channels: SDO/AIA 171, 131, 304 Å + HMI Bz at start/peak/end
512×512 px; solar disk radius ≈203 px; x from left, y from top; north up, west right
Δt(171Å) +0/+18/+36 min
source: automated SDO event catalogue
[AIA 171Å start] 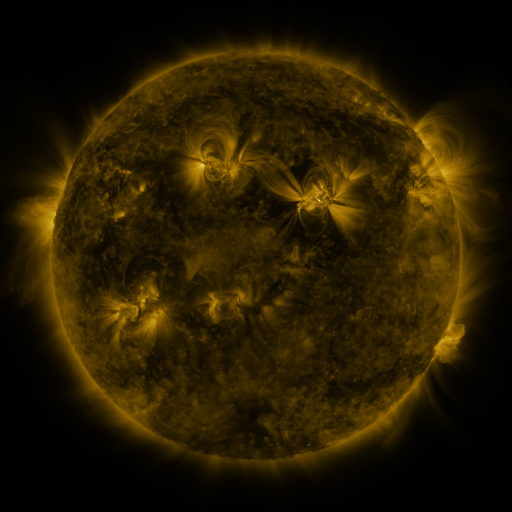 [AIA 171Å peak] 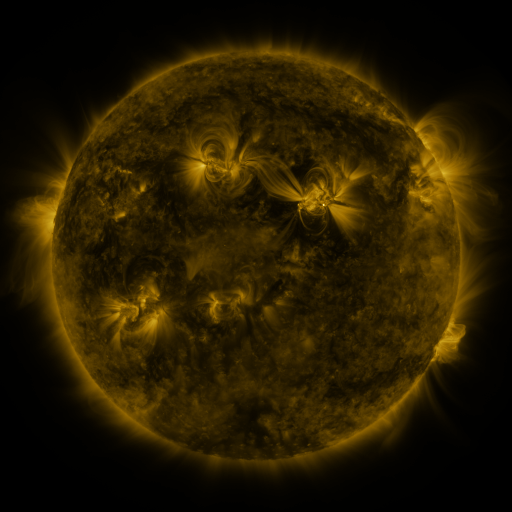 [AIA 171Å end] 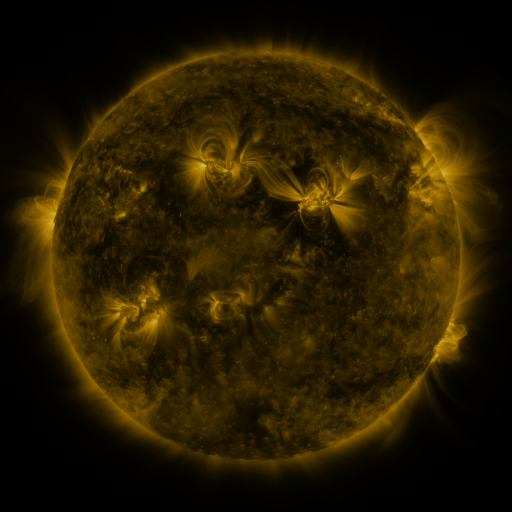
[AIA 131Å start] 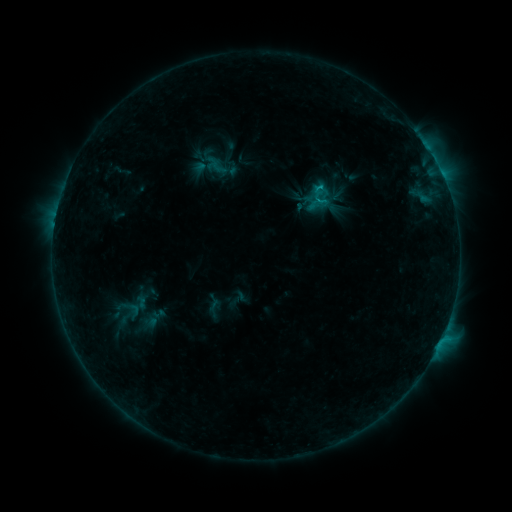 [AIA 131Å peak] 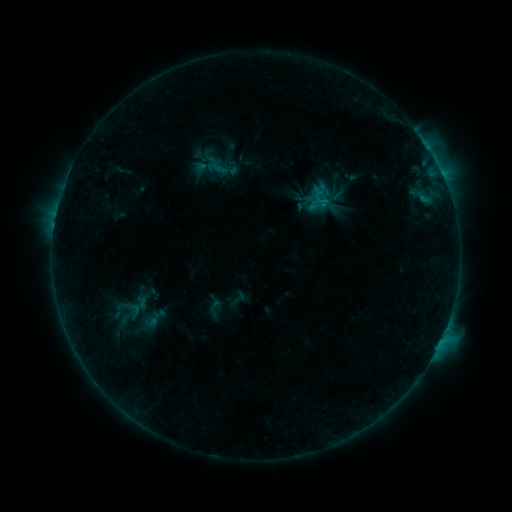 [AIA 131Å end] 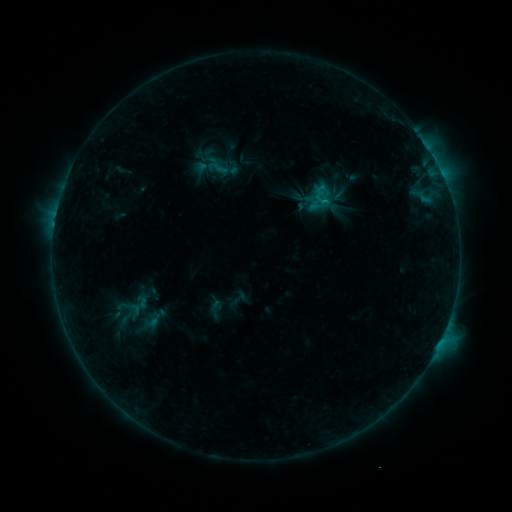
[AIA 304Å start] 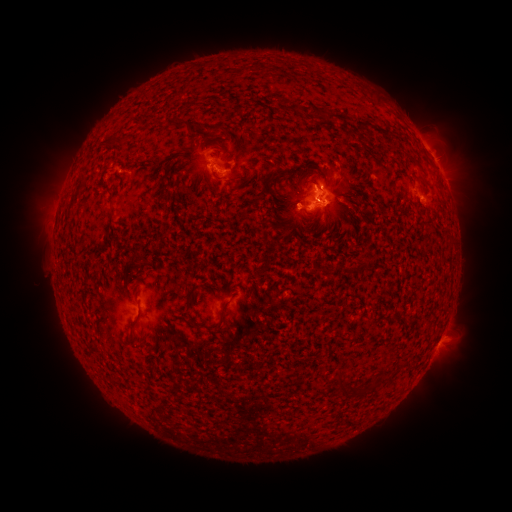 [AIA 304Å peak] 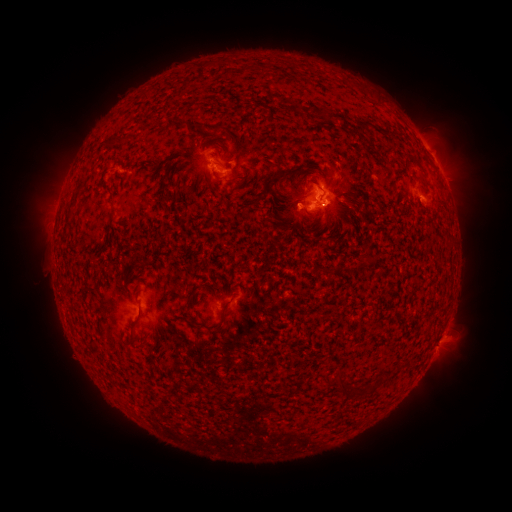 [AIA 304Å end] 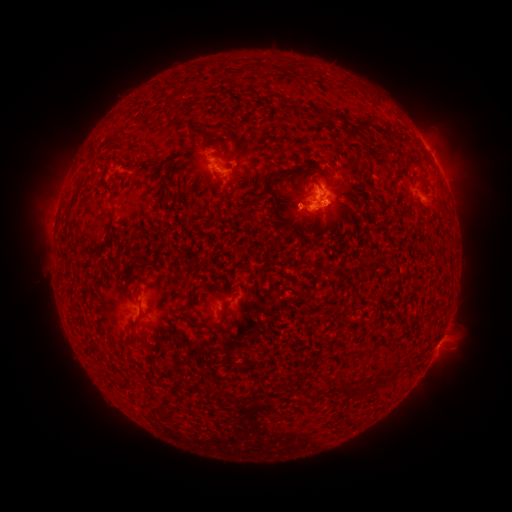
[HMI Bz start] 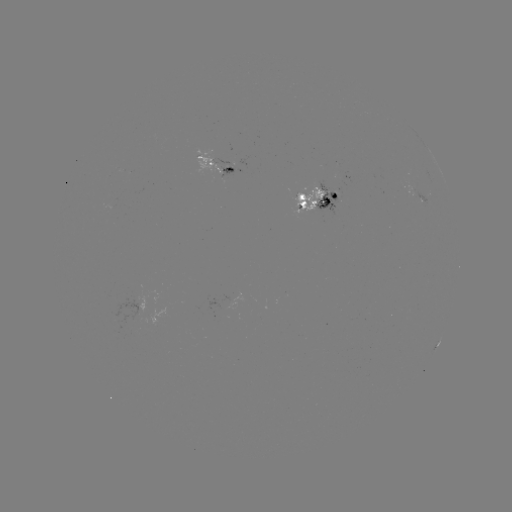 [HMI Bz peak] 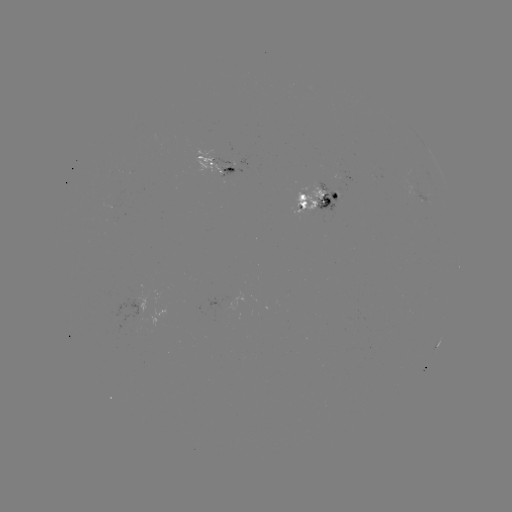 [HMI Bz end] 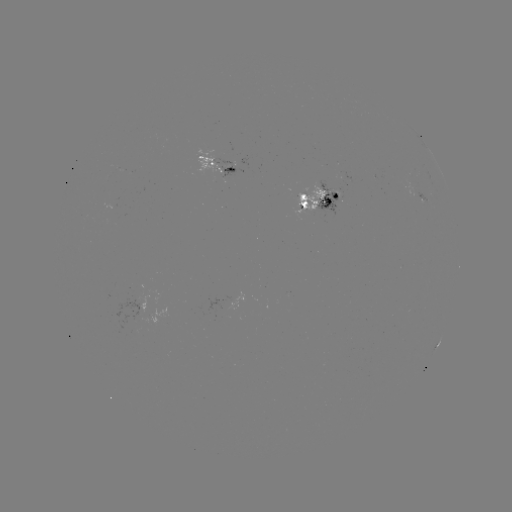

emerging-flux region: (293, 187, 326, 211)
